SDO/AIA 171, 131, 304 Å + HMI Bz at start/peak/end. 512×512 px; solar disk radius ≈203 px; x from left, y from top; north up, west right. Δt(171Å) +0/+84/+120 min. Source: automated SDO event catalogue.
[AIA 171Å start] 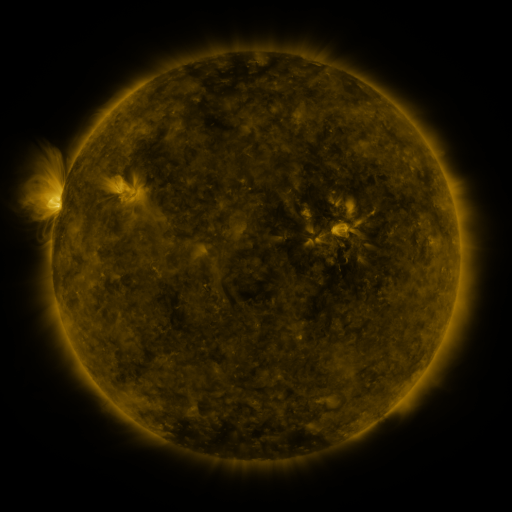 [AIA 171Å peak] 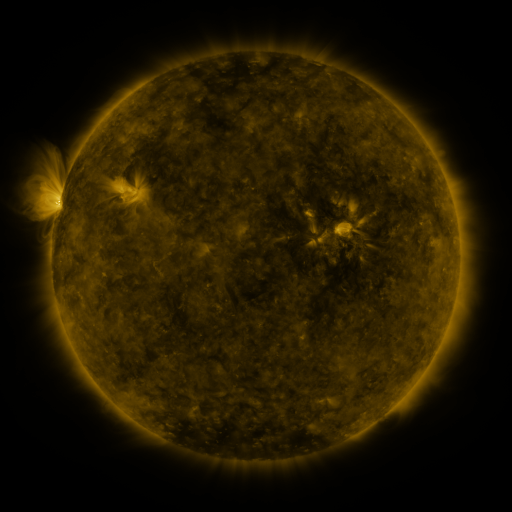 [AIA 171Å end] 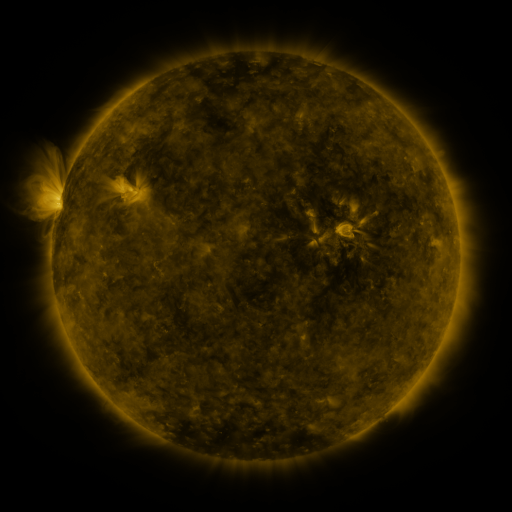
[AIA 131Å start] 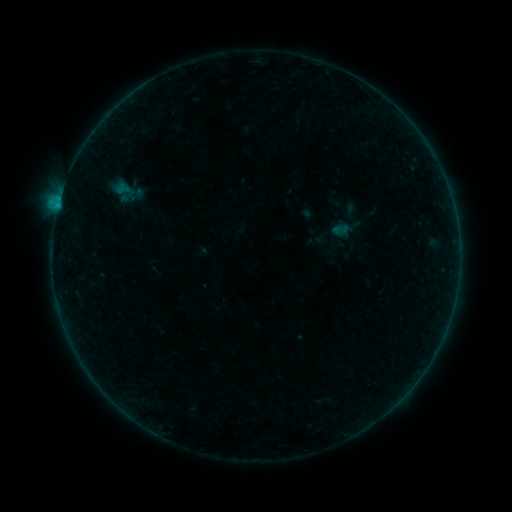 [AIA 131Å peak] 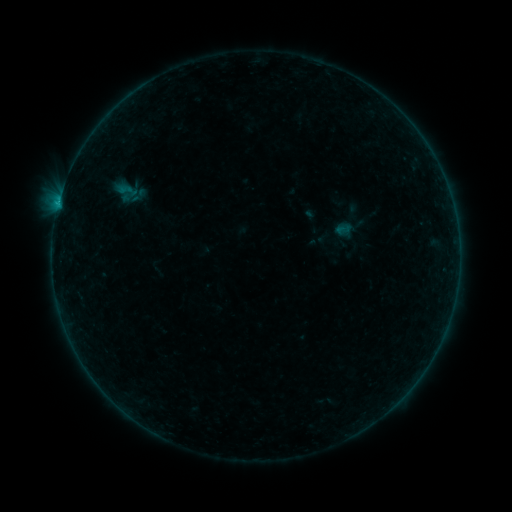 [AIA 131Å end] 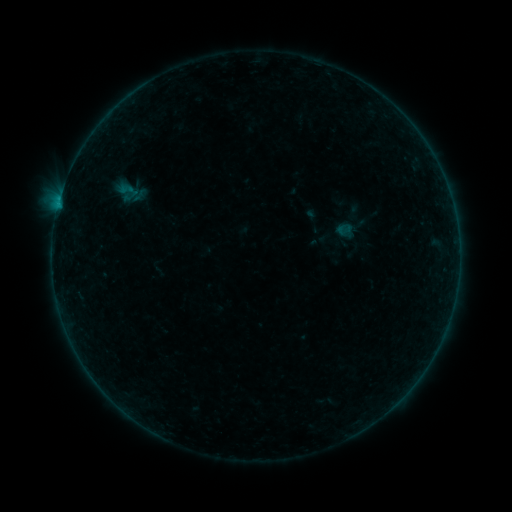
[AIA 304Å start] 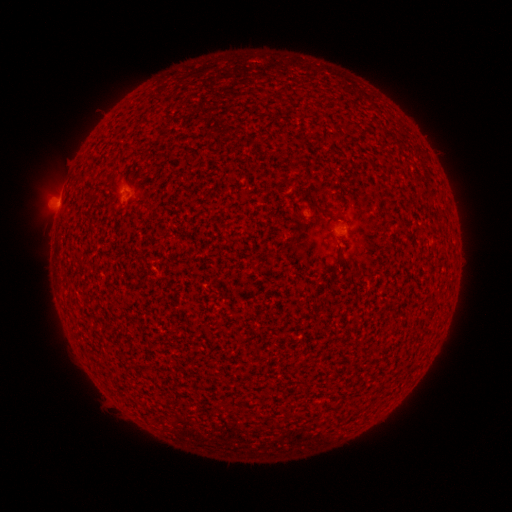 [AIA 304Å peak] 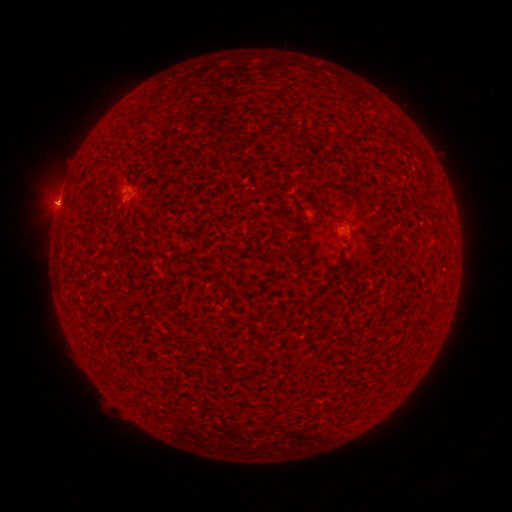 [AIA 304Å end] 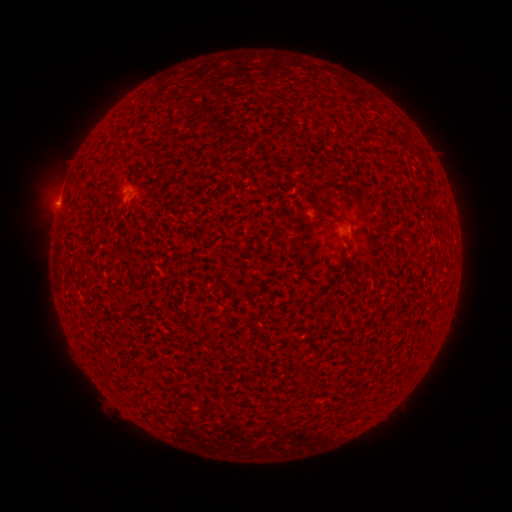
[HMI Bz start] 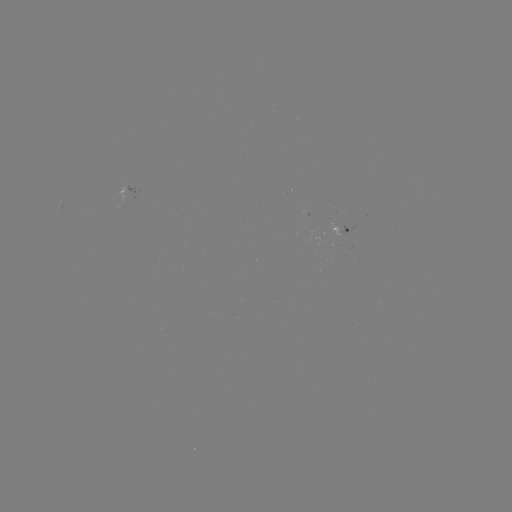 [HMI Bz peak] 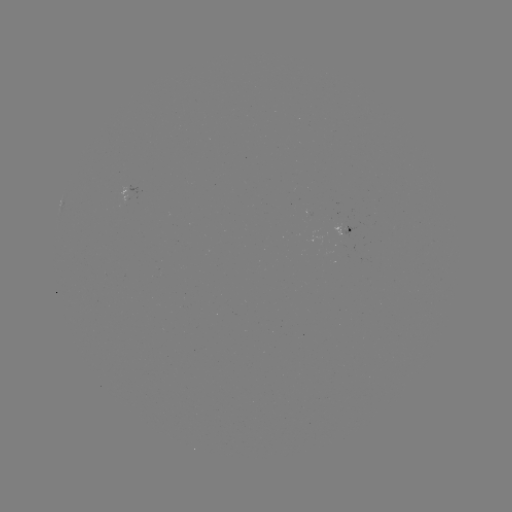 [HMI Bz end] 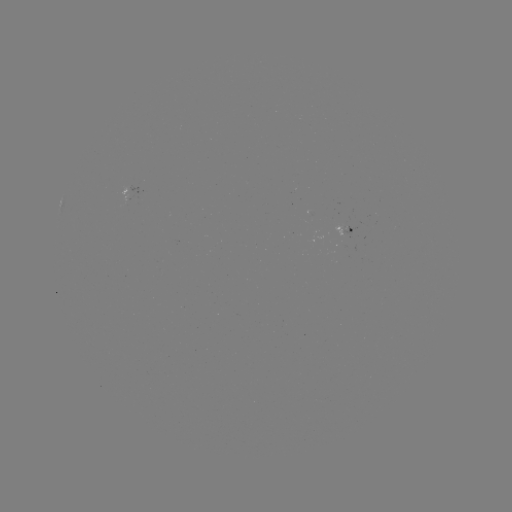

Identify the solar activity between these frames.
emerging-flux region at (340, 229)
